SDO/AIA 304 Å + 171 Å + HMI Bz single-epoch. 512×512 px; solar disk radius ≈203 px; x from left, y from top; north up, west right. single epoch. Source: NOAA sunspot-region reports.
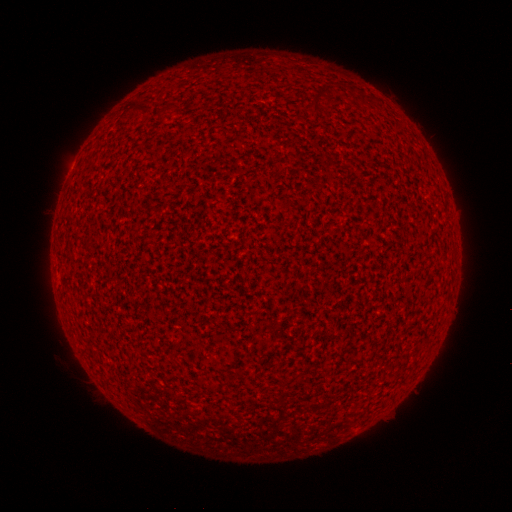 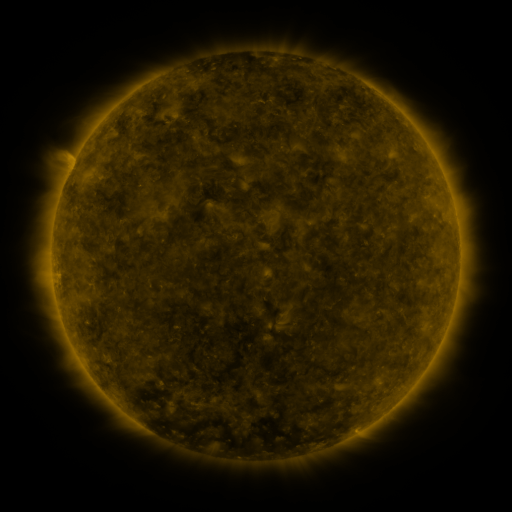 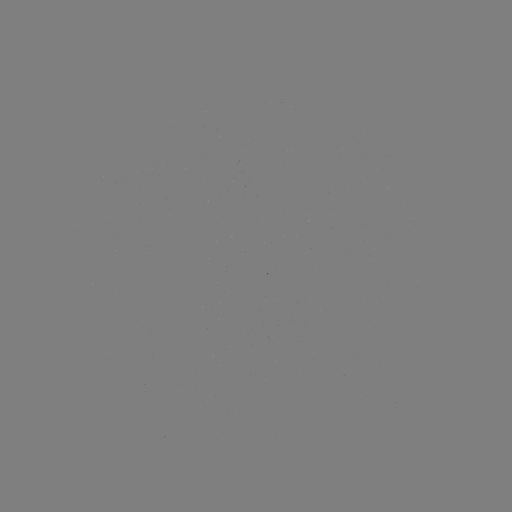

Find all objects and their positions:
(none)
